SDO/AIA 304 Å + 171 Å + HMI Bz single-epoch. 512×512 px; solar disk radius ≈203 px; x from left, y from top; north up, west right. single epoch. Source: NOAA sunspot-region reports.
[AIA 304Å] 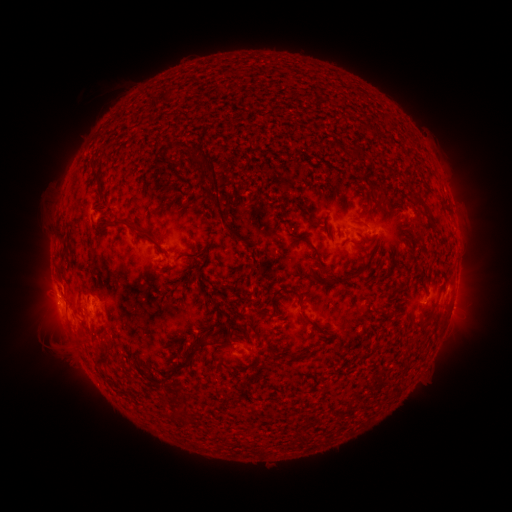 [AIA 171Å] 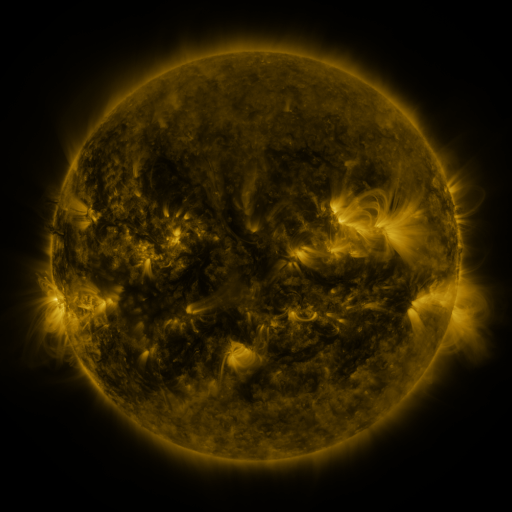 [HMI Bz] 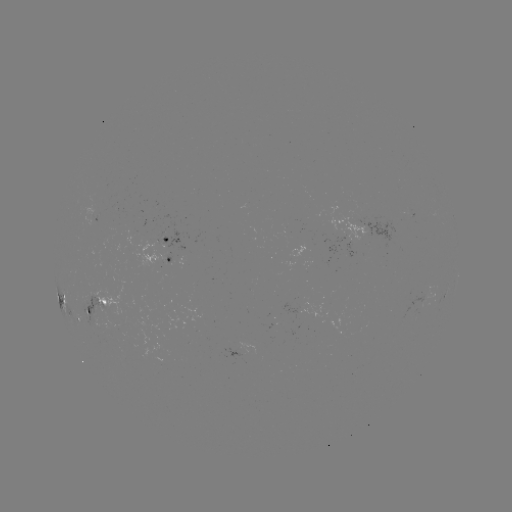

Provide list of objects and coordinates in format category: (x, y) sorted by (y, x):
spotted active region: (165, 239)
spotted active region: (166, 260)
spotted active region: (61, 293)
spotted active region: (95, 306)
spotted active region: (77, 318)
spotted active region: (242, 355)
